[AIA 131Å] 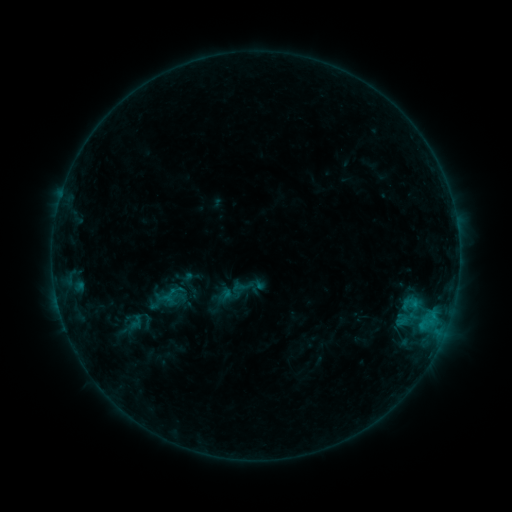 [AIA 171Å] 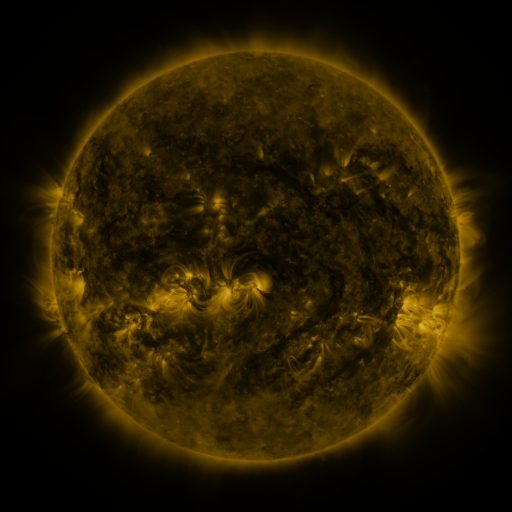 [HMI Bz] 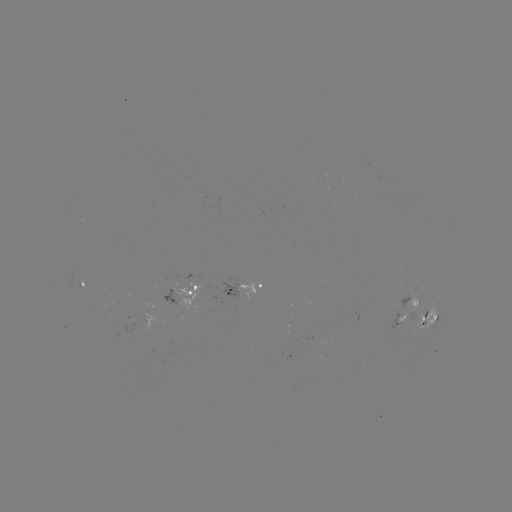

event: sigmoid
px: (135, 322)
